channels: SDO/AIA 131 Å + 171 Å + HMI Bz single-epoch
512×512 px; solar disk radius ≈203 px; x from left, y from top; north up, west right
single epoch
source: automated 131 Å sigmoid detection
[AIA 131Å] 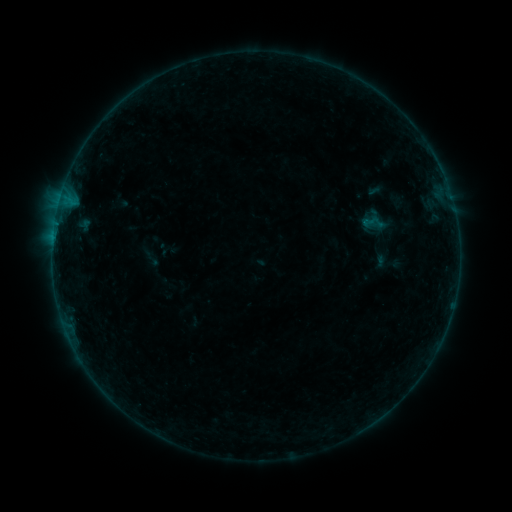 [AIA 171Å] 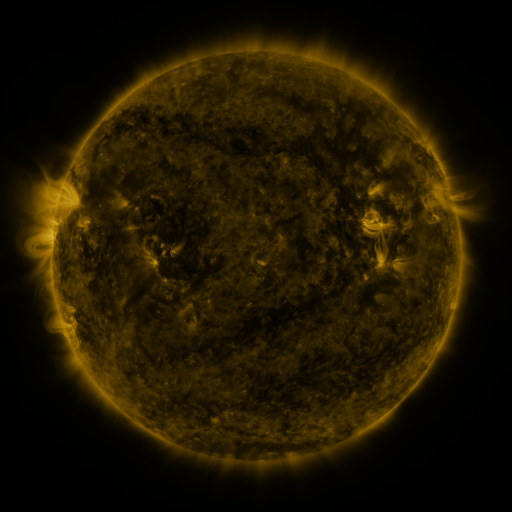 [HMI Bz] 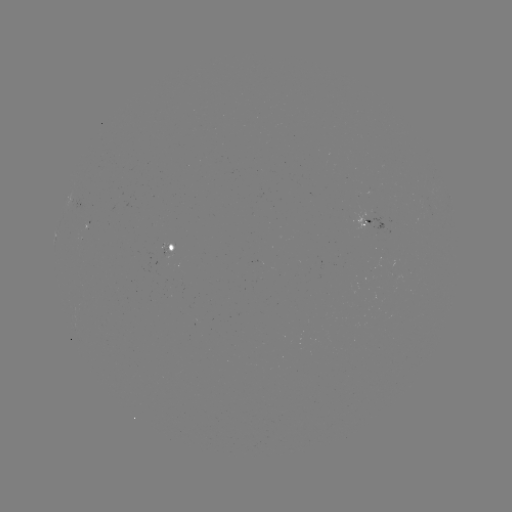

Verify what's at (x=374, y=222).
sigmoid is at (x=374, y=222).